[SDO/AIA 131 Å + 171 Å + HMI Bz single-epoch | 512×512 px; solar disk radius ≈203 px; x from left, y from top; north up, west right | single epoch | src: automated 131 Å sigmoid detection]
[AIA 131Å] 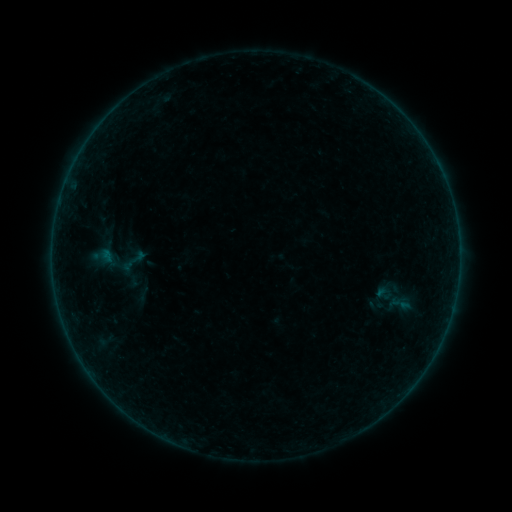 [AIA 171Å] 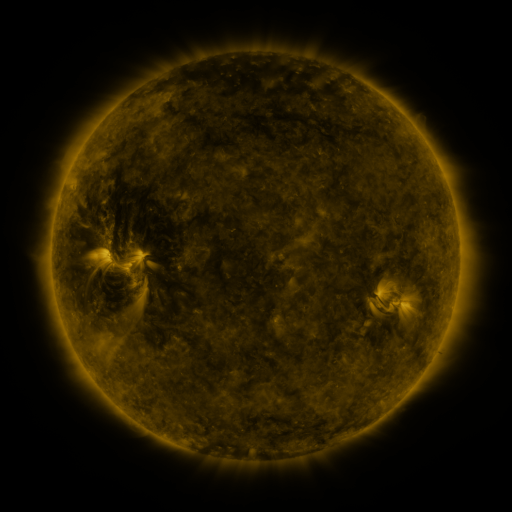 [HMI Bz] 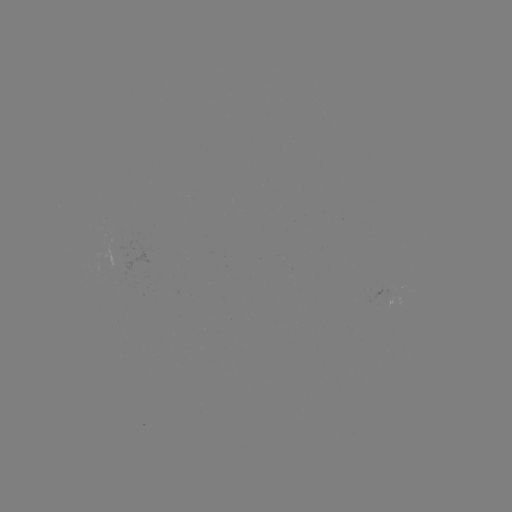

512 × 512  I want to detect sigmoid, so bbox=[118, 242, 150, 279].